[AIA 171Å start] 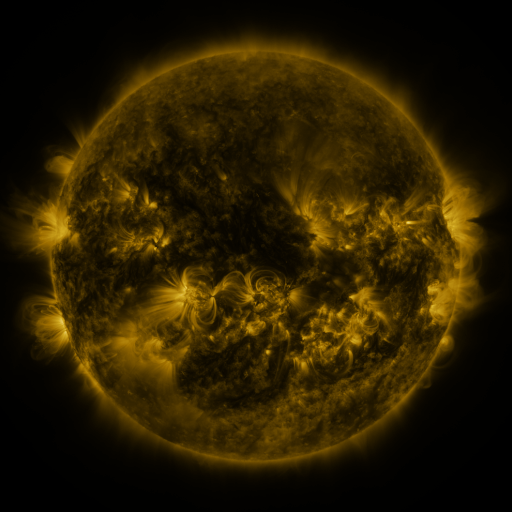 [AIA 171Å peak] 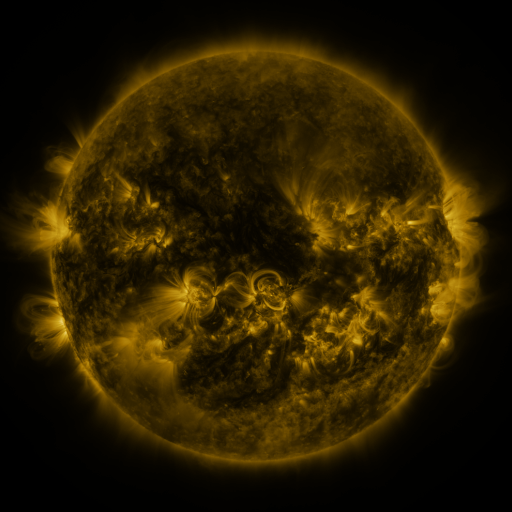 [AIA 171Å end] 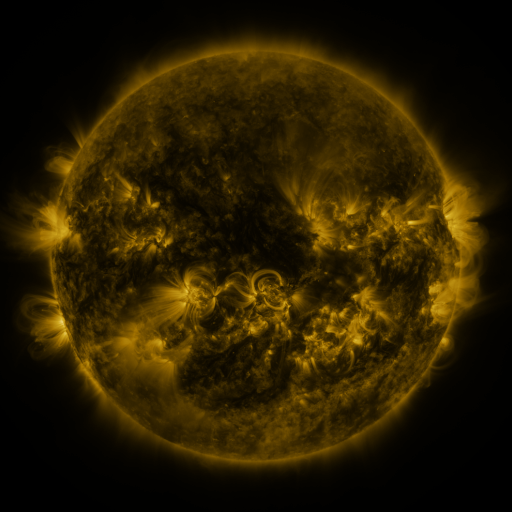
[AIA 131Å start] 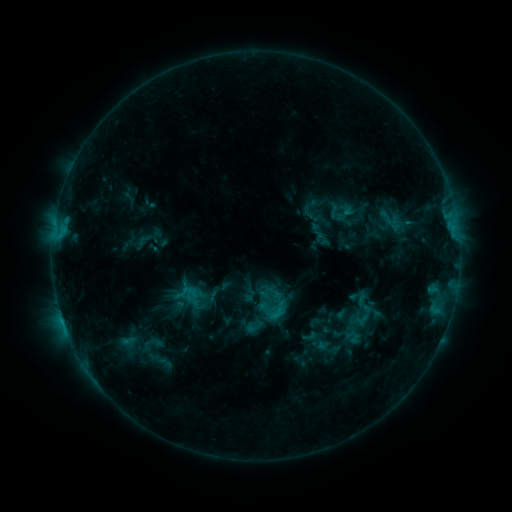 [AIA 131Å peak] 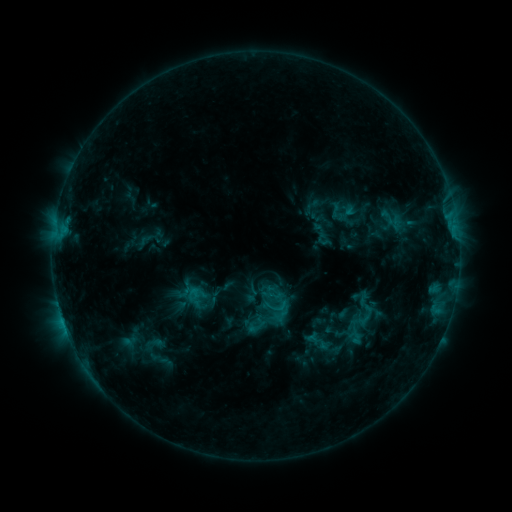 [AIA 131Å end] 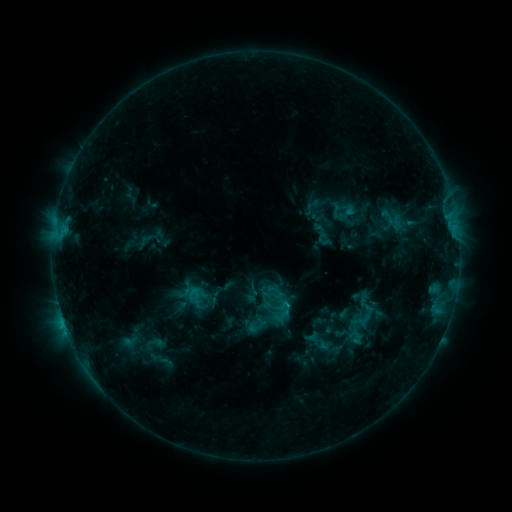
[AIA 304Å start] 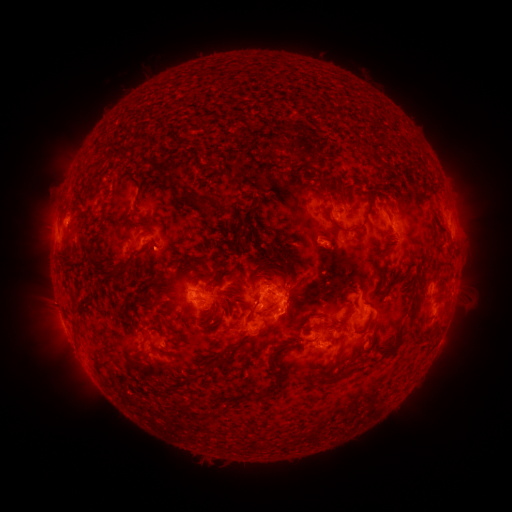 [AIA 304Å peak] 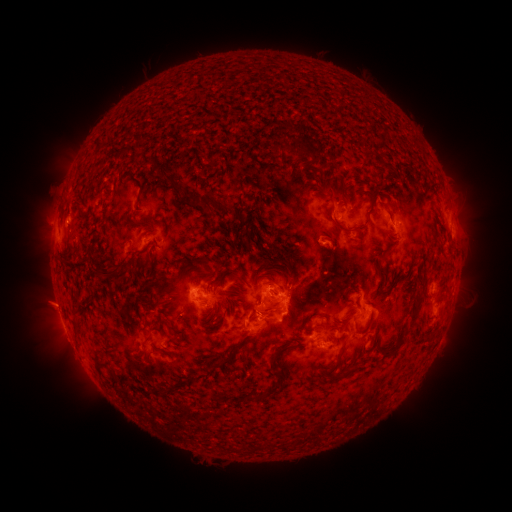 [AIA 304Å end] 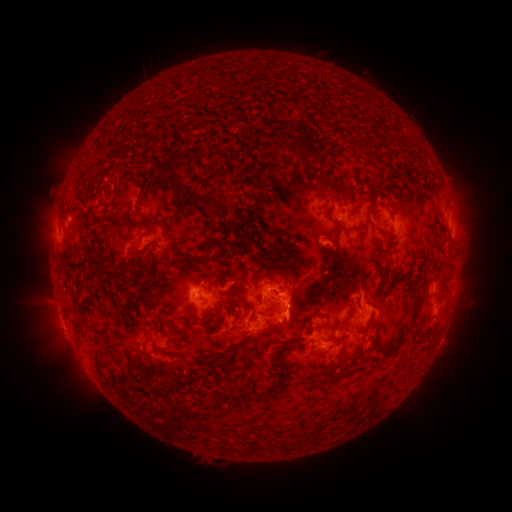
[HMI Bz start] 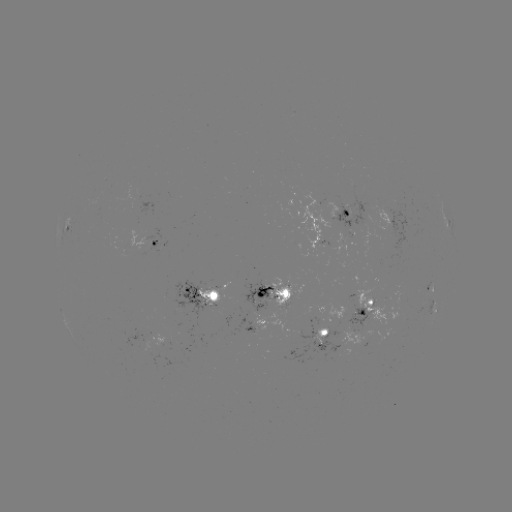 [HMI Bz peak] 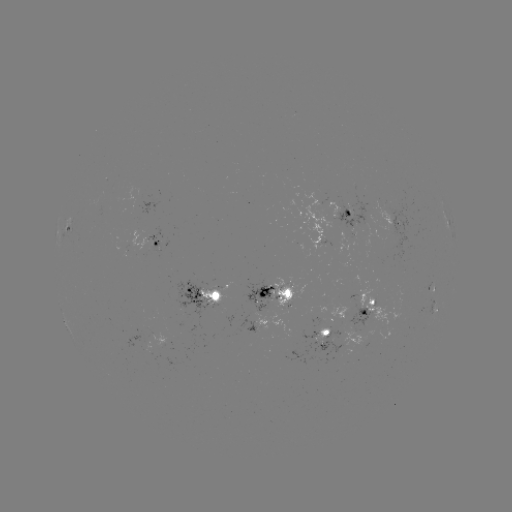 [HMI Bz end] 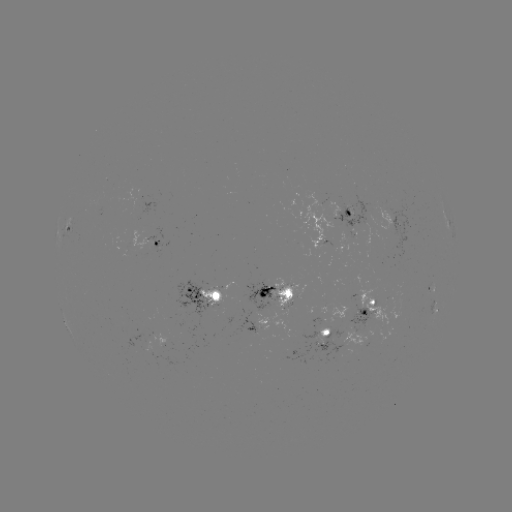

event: emerging-flux region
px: (218, 303)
